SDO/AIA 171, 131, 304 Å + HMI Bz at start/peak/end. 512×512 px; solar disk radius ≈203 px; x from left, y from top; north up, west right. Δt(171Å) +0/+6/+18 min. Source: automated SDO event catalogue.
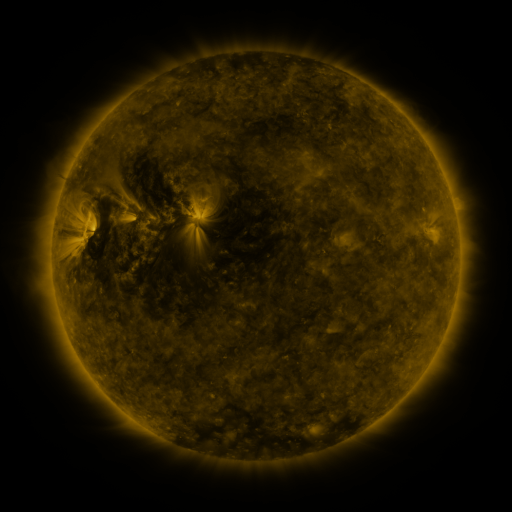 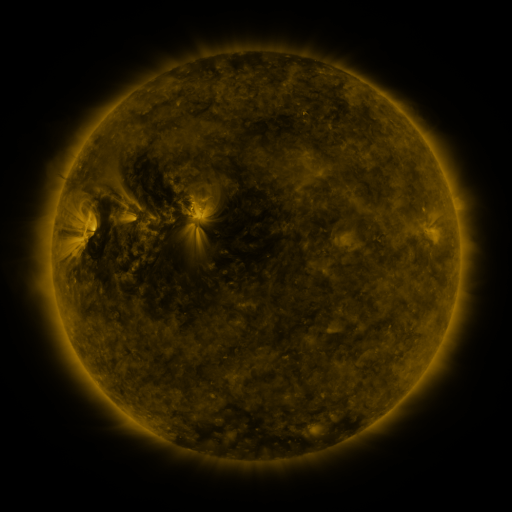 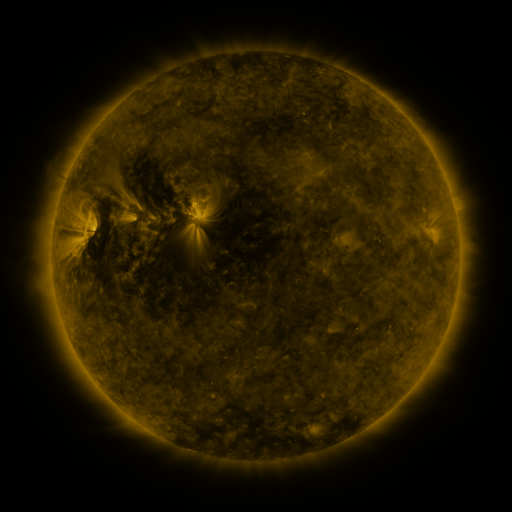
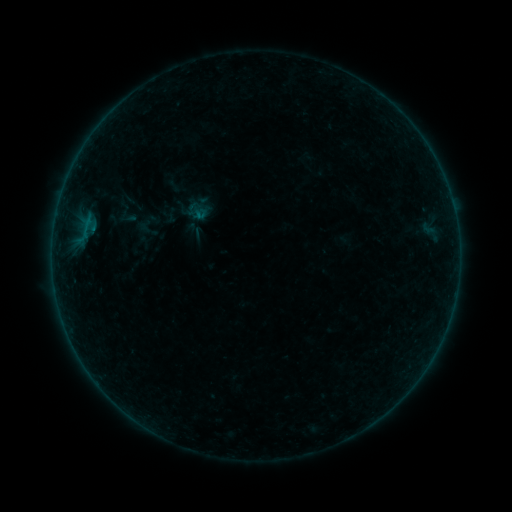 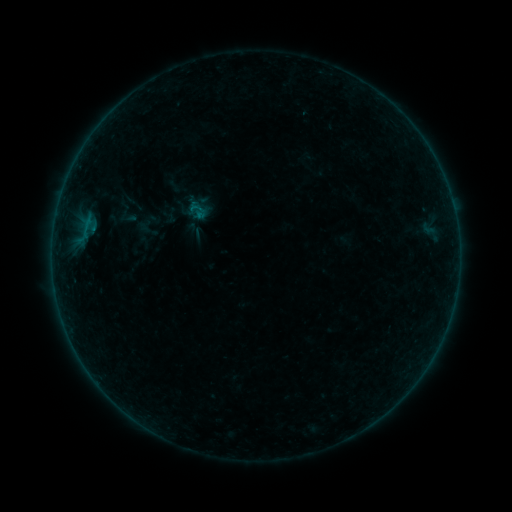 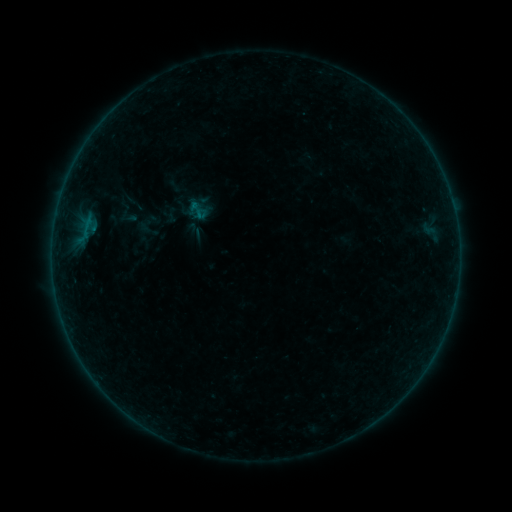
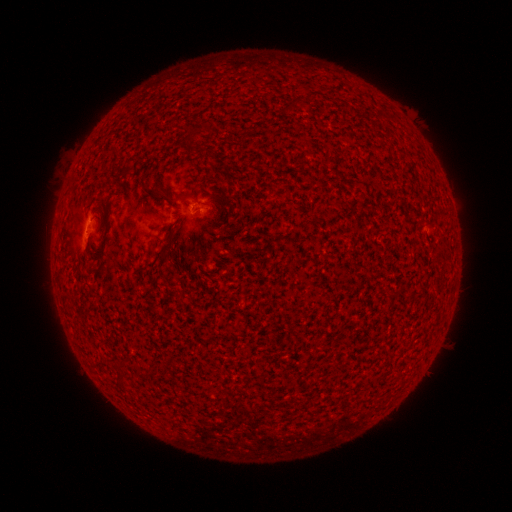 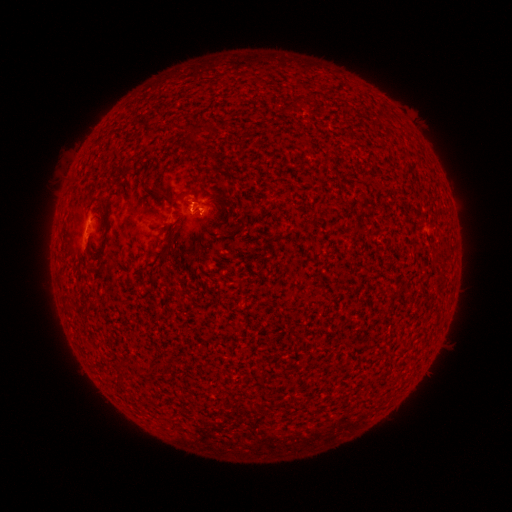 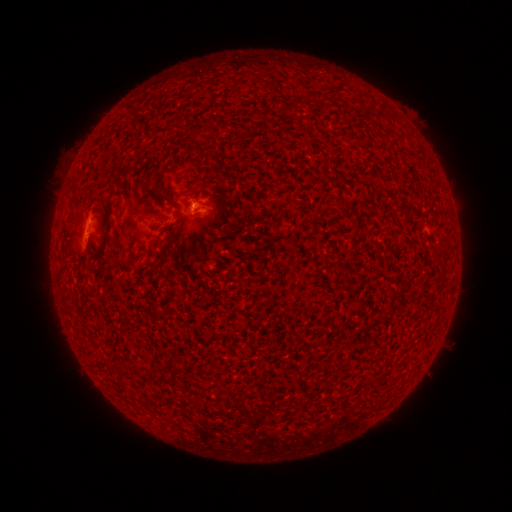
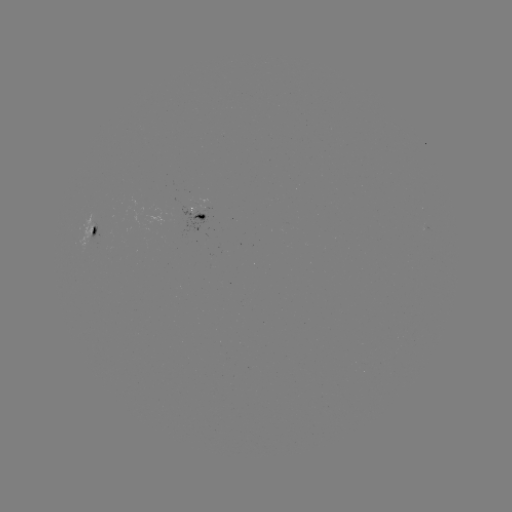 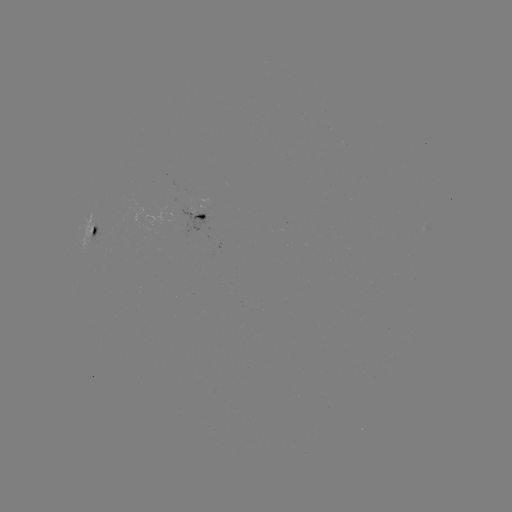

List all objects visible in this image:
B1.9 flare: (193, 209)
